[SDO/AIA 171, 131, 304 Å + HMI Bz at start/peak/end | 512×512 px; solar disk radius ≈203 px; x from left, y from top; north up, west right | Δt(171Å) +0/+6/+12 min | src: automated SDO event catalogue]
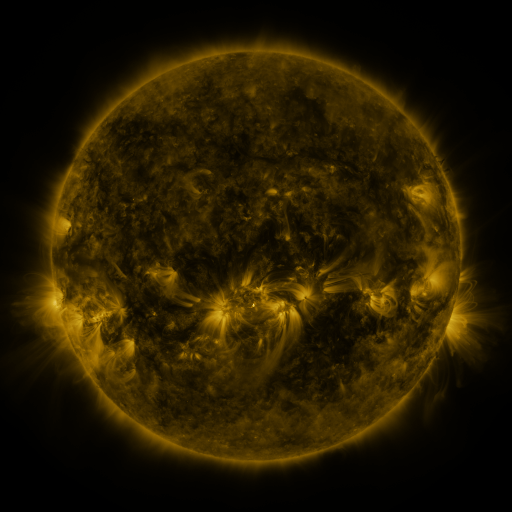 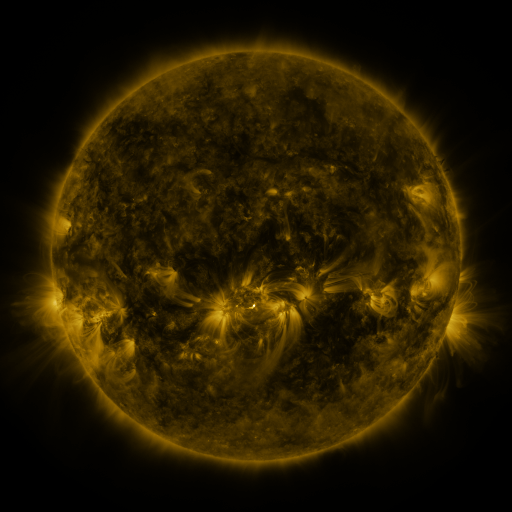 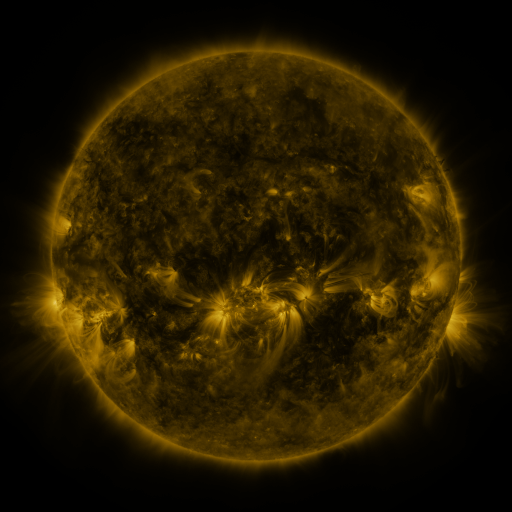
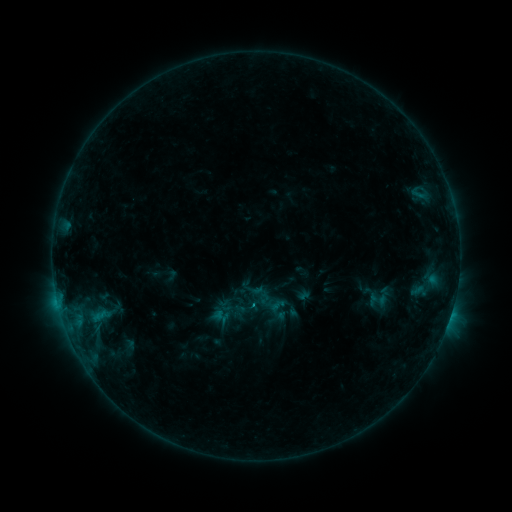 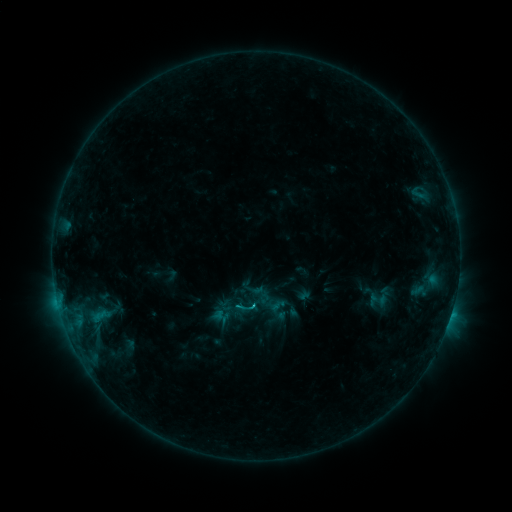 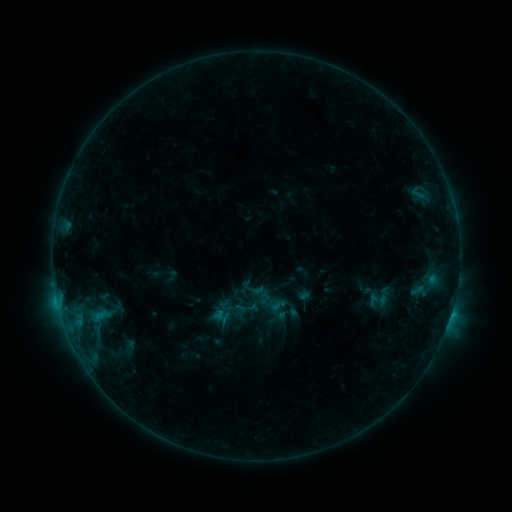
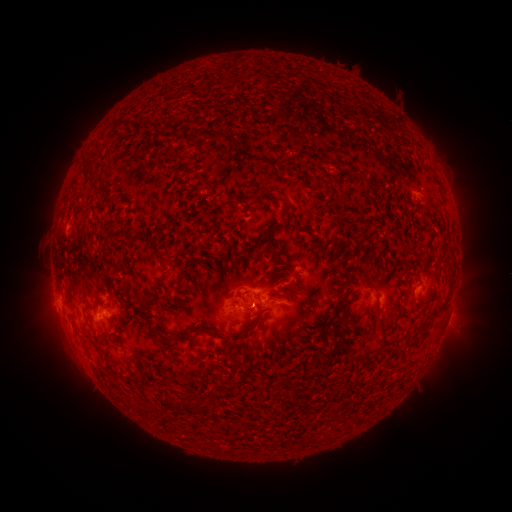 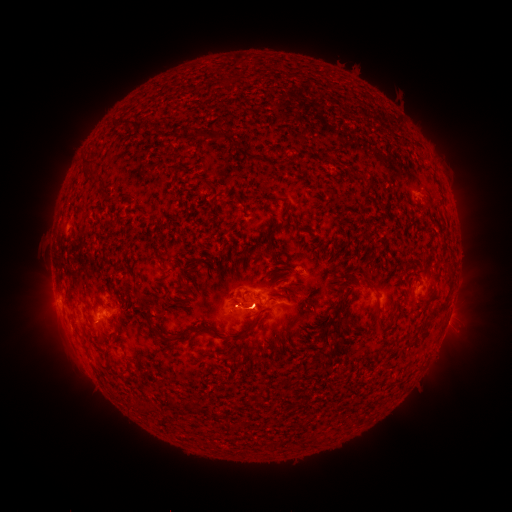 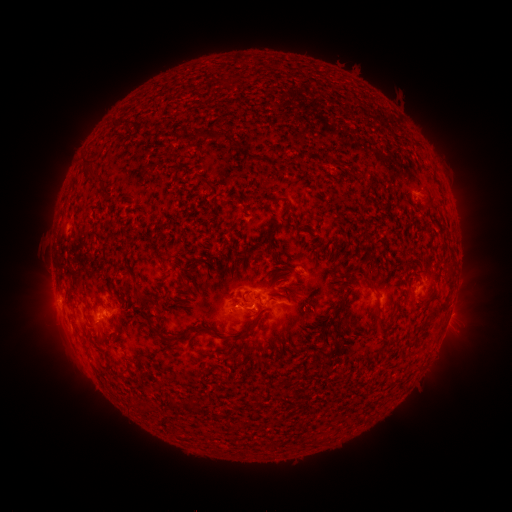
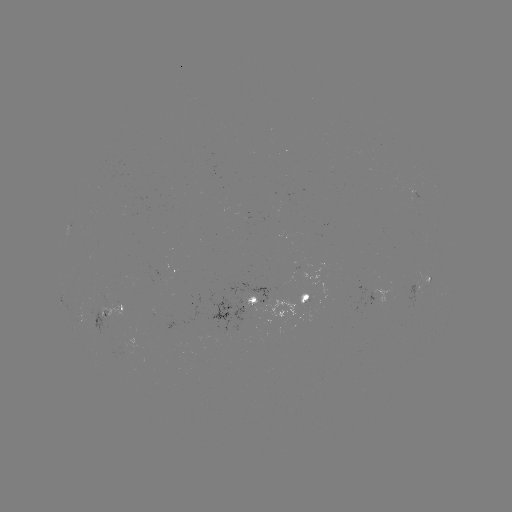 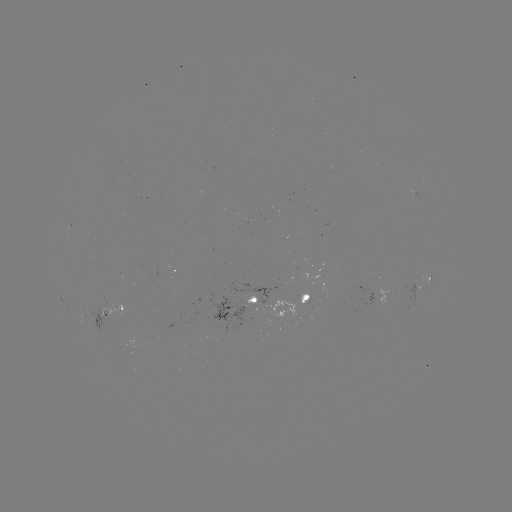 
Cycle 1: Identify C1.3 flare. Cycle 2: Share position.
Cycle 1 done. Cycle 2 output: [256, 304].